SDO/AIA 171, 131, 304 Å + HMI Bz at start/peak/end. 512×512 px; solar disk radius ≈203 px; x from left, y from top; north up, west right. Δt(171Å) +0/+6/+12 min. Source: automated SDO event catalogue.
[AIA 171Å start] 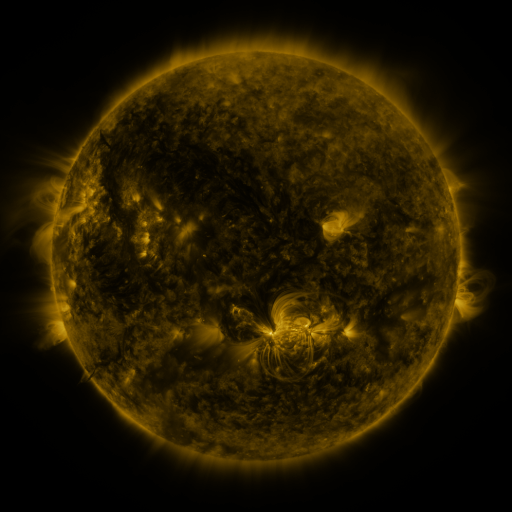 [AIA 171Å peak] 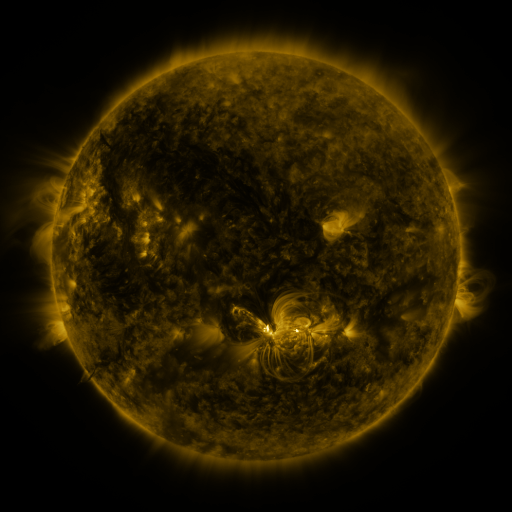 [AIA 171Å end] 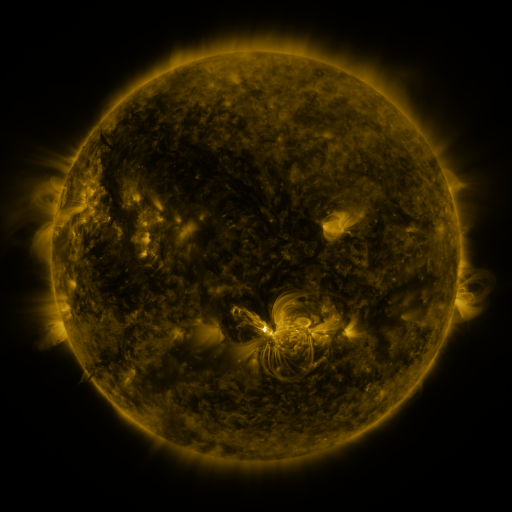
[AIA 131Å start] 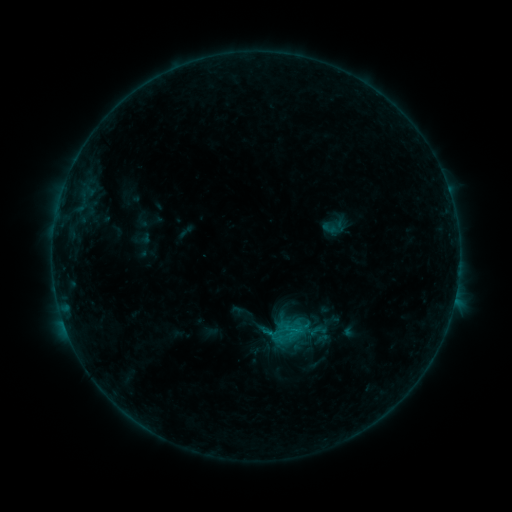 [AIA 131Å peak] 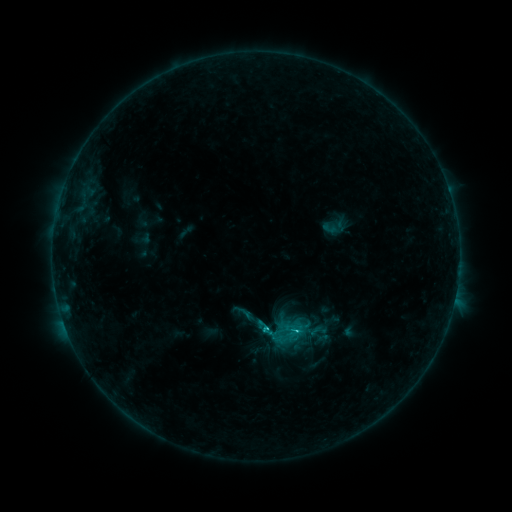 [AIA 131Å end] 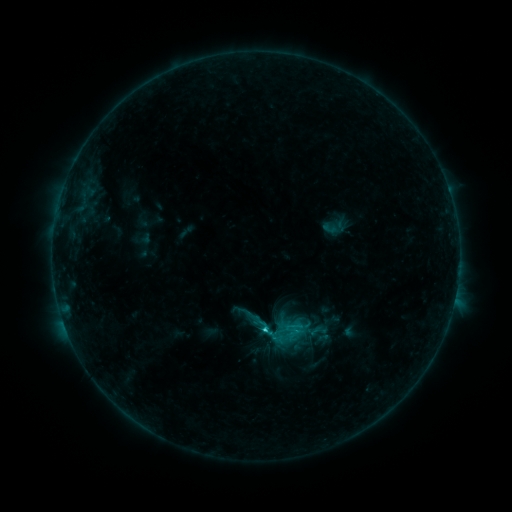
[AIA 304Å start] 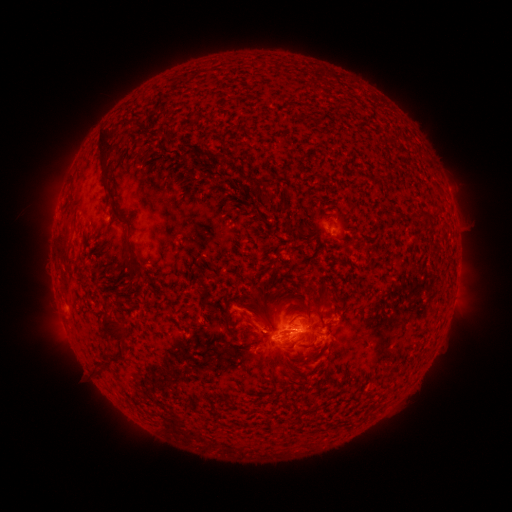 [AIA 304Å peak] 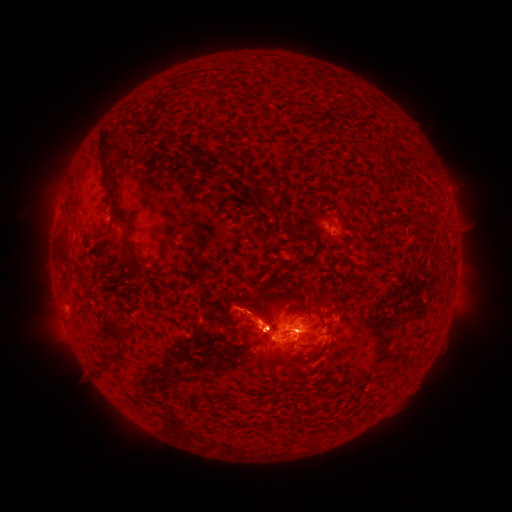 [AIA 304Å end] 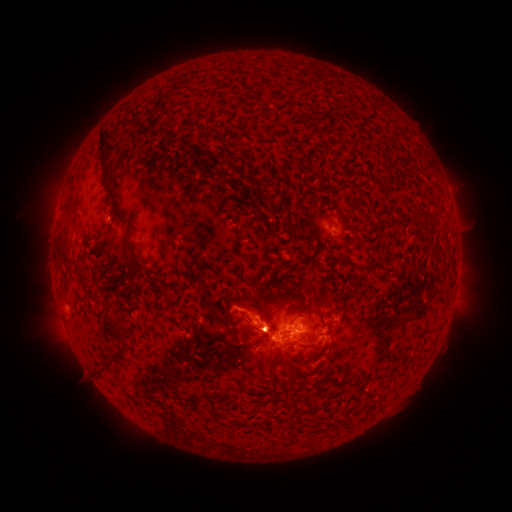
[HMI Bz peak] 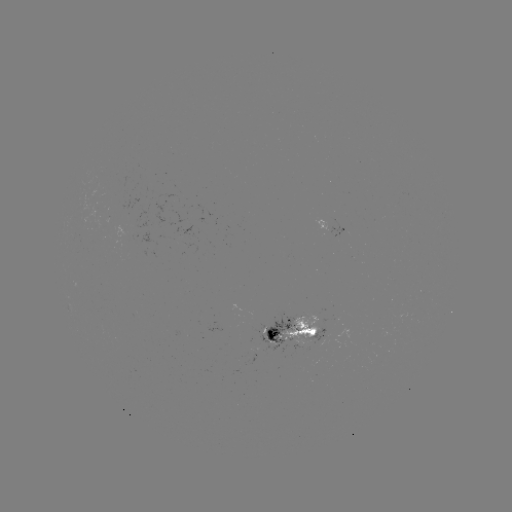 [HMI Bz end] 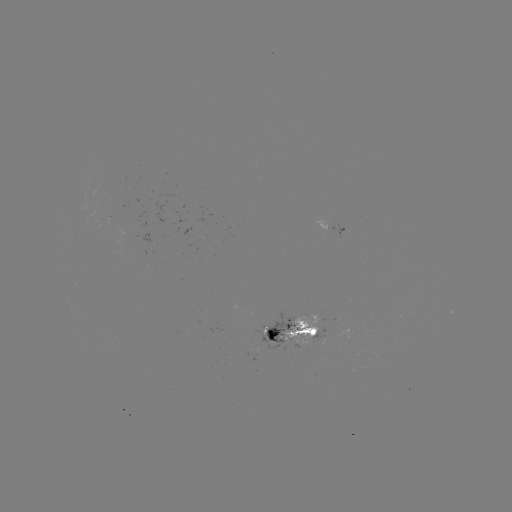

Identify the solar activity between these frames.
eruption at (259, 321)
